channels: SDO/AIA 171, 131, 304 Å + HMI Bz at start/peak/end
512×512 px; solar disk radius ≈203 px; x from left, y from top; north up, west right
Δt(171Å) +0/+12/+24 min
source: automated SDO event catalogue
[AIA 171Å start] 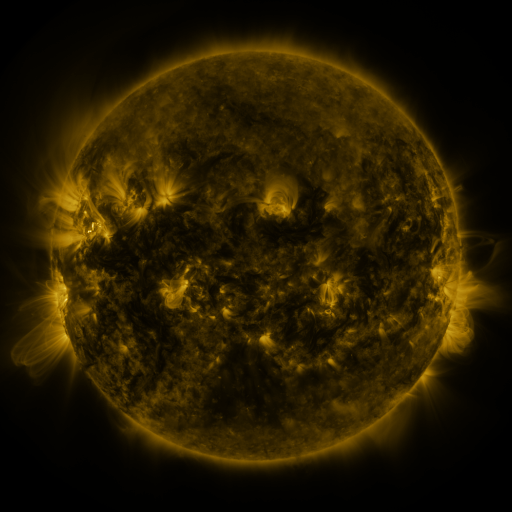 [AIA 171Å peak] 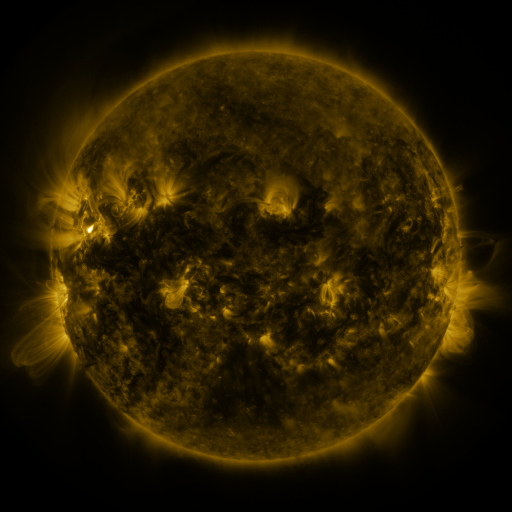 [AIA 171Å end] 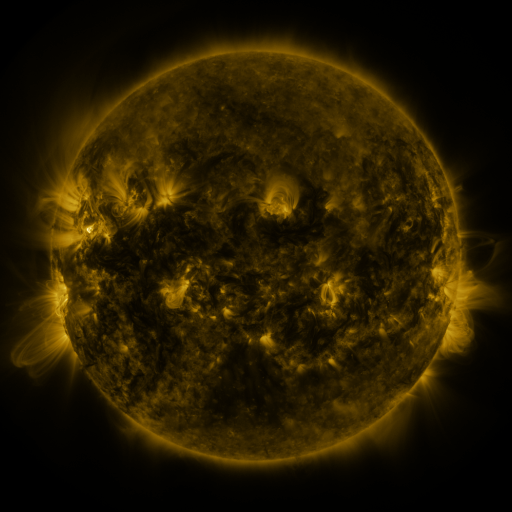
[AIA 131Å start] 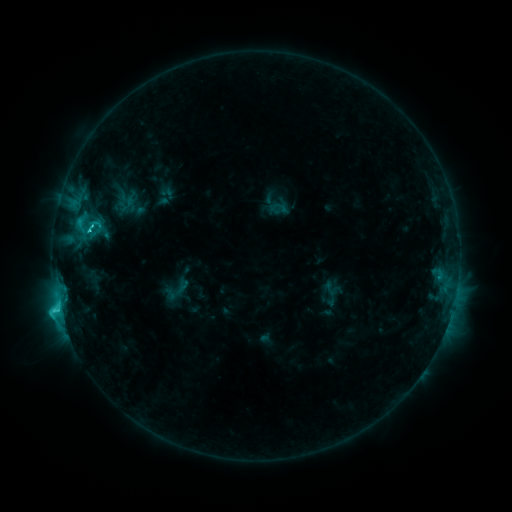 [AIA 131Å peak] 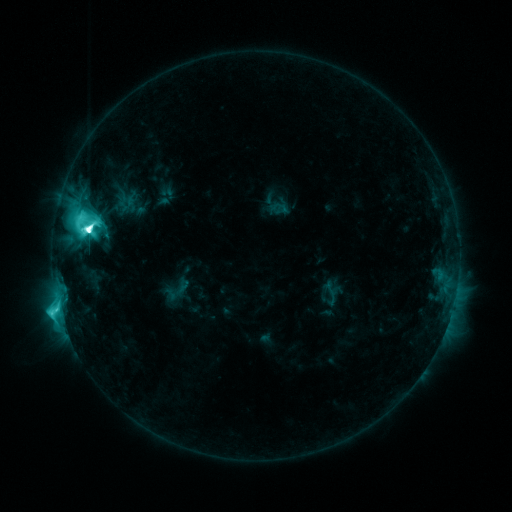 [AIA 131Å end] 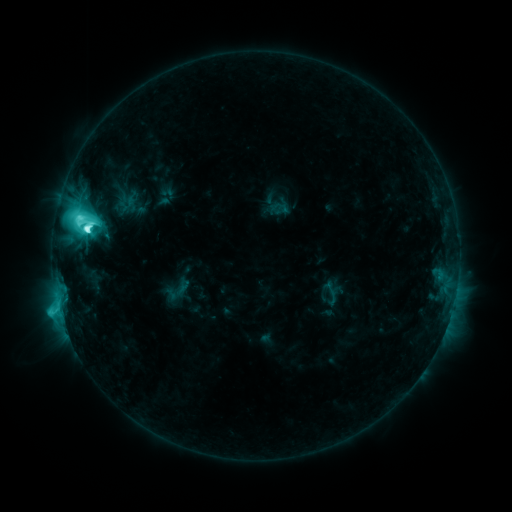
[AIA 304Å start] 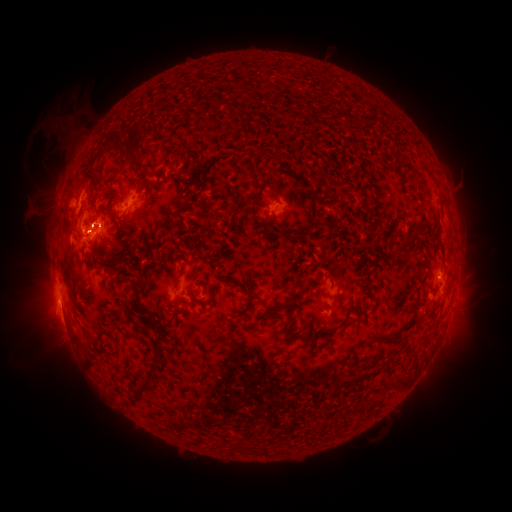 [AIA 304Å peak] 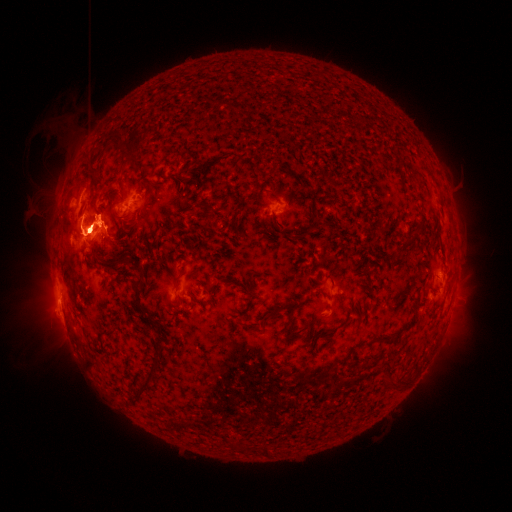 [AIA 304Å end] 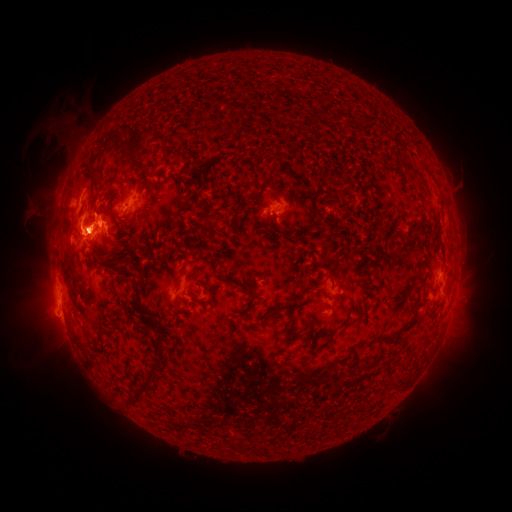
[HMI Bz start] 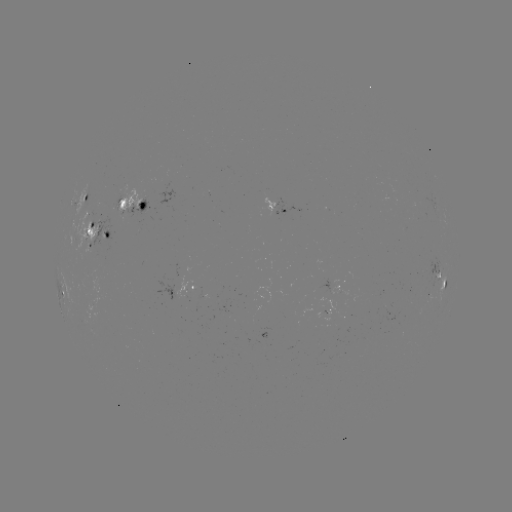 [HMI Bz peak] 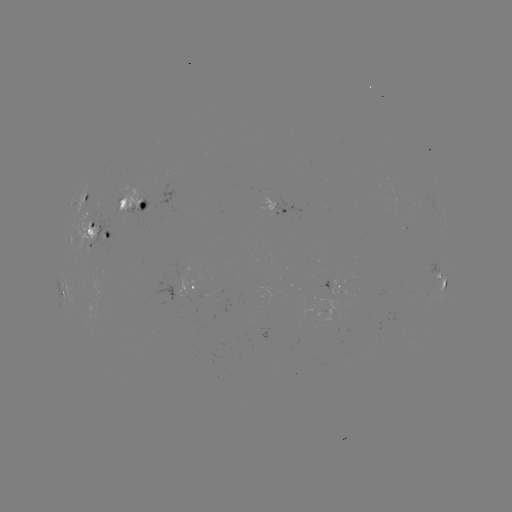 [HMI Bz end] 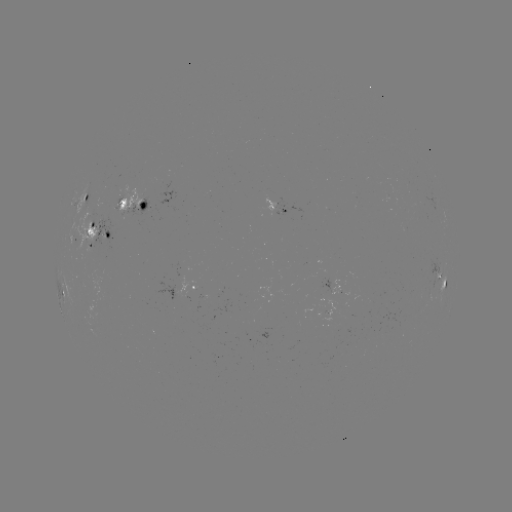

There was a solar eruption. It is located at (78, 254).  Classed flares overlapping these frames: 1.